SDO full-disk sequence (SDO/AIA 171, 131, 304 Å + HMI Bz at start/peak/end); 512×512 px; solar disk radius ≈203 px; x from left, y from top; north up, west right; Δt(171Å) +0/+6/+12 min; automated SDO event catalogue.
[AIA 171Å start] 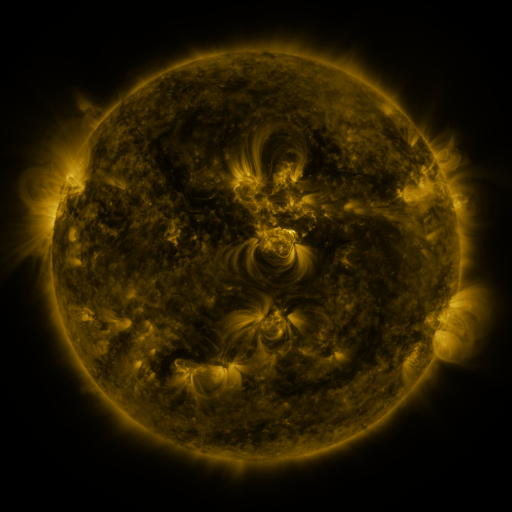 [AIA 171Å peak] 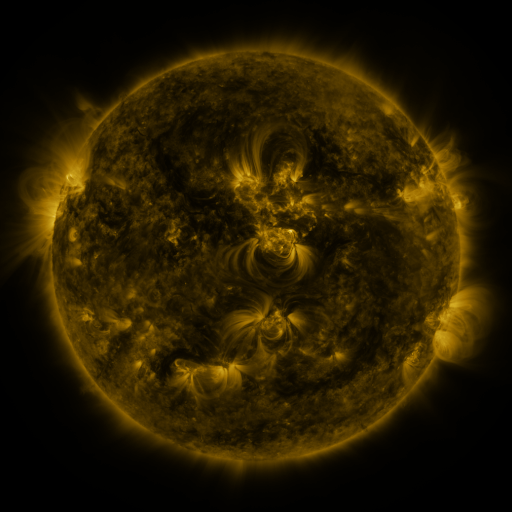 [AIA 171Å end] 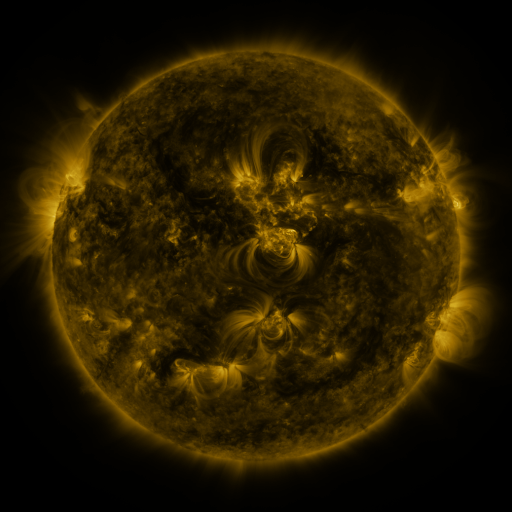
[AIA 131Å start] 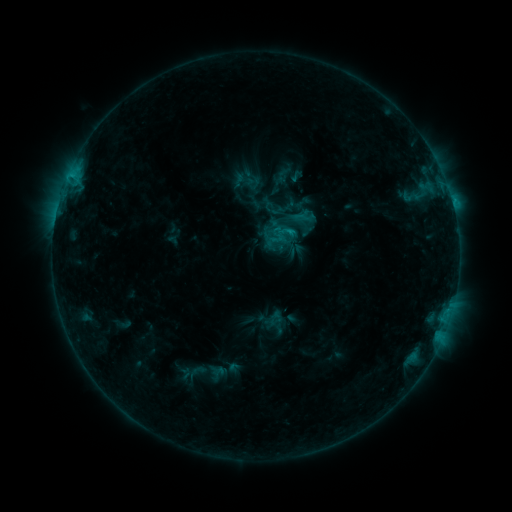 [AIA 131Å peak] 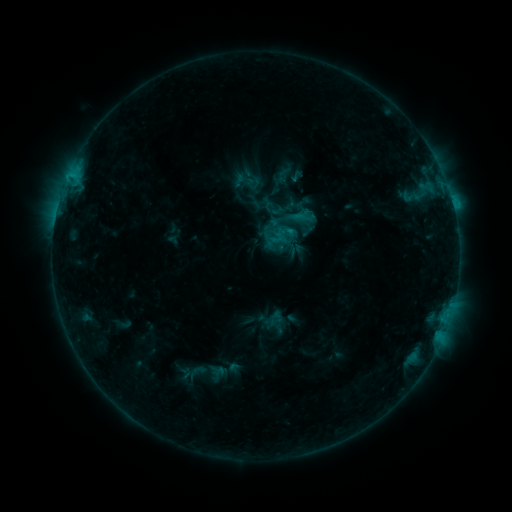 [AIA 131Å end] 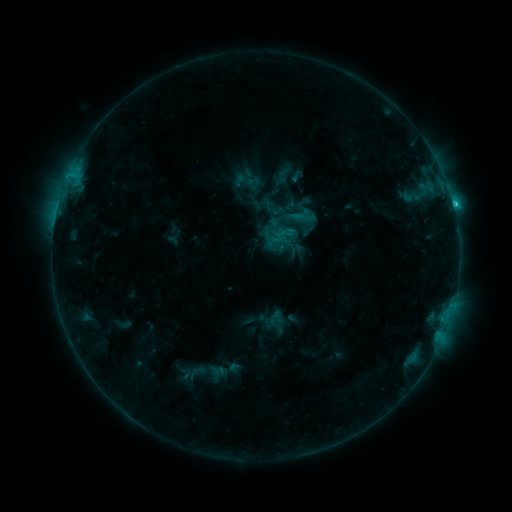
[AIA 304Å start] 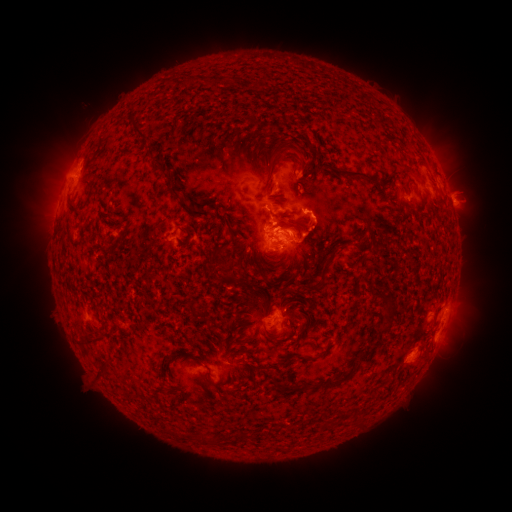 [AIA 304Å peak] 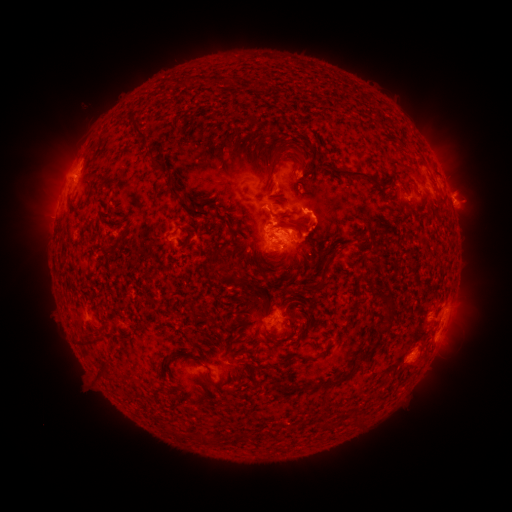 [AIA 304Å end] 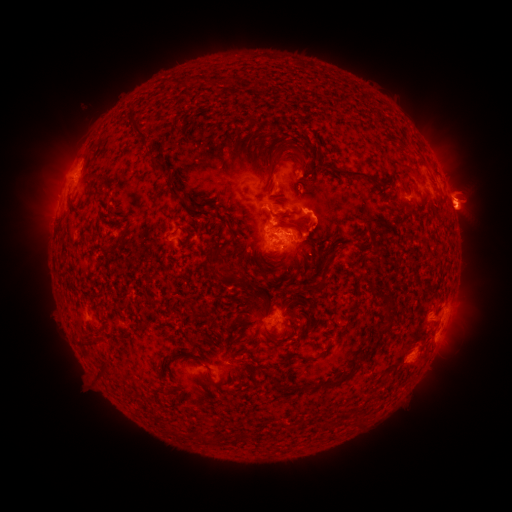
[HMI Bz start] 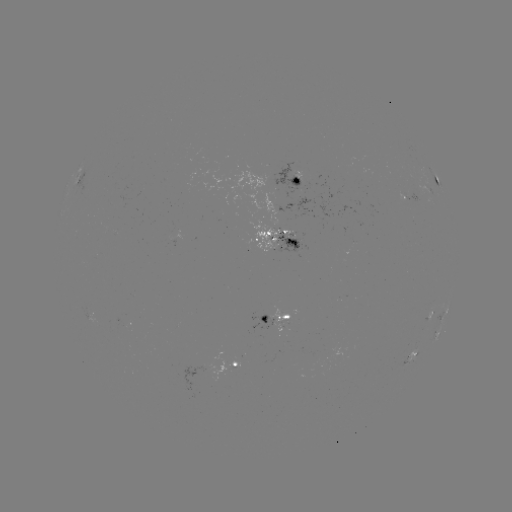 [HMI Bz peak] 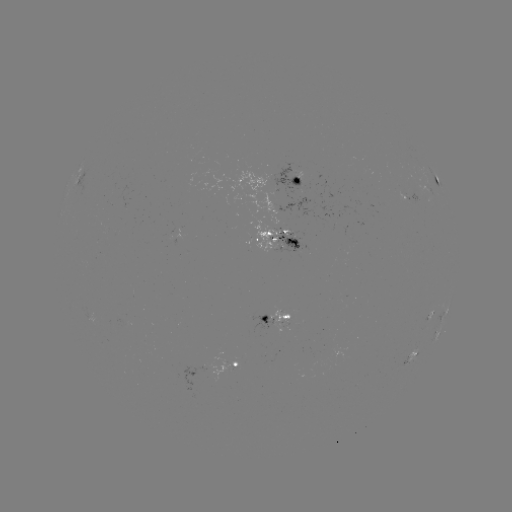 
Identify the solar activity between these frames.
C4.4 flare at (453, 207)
